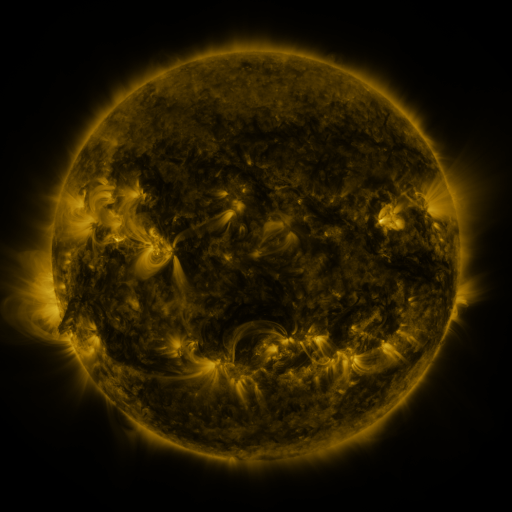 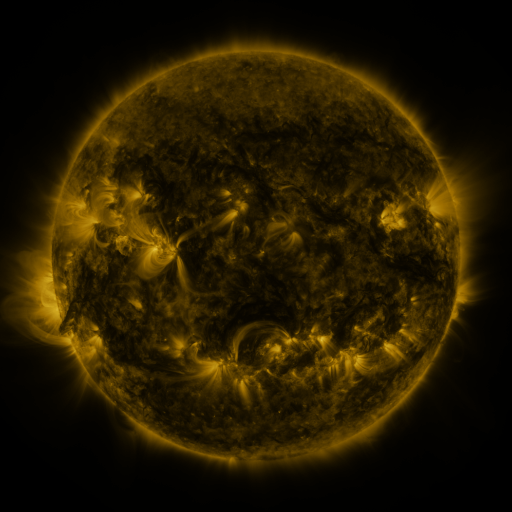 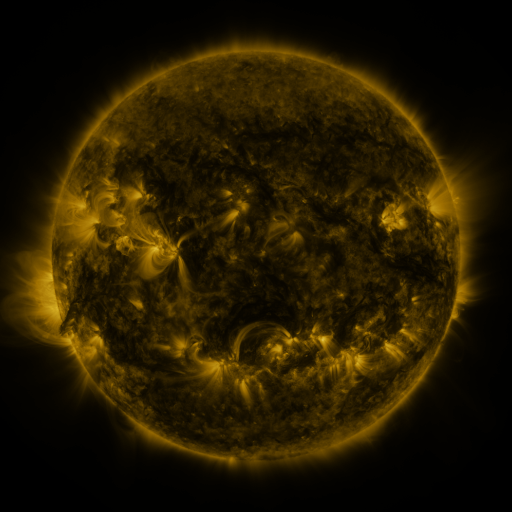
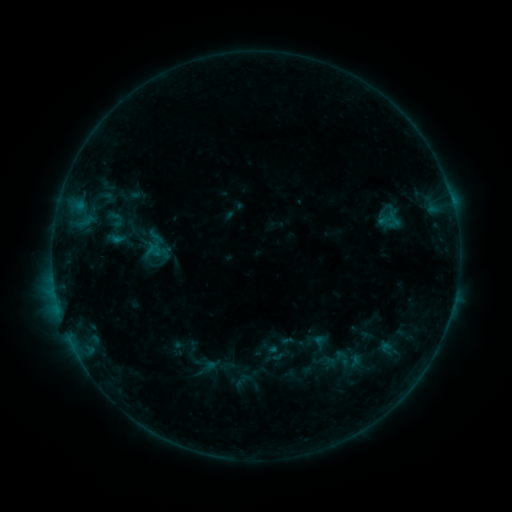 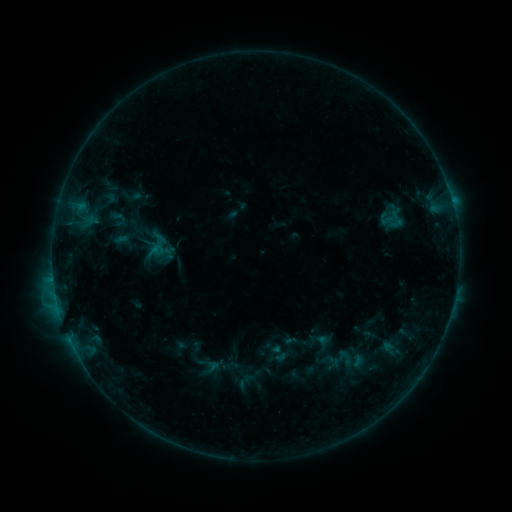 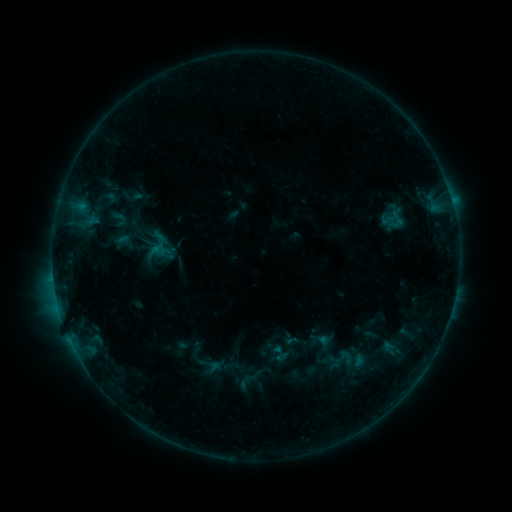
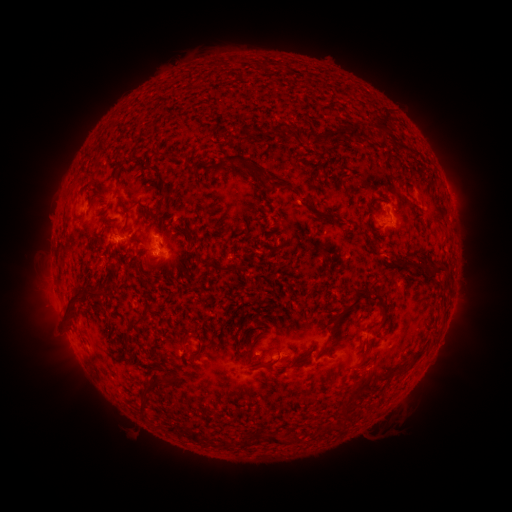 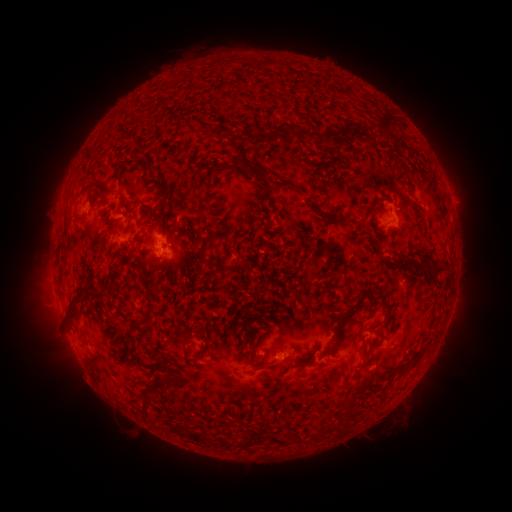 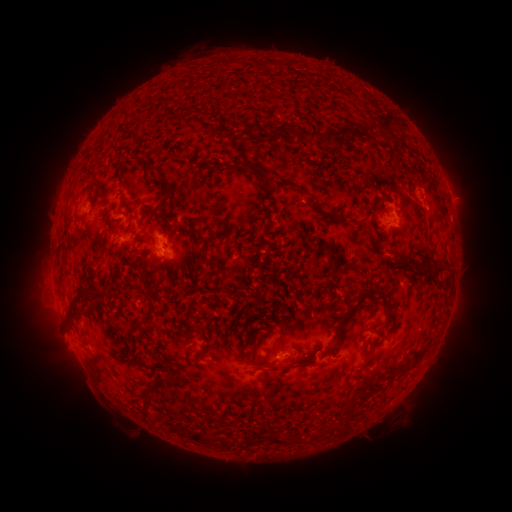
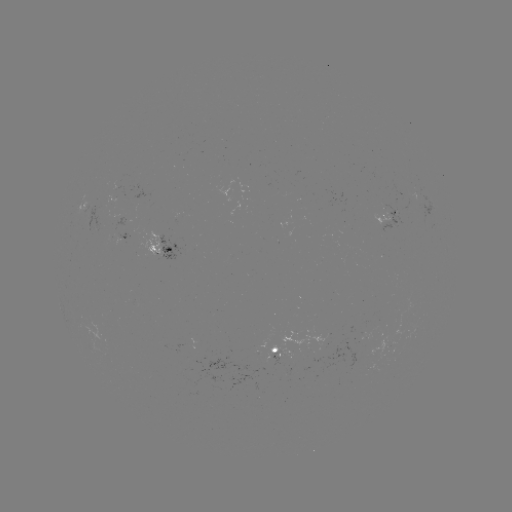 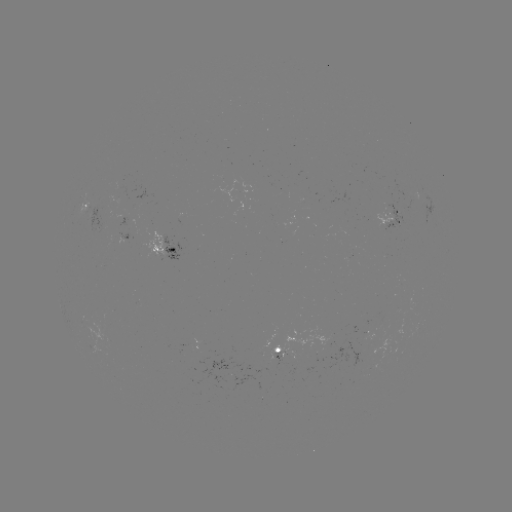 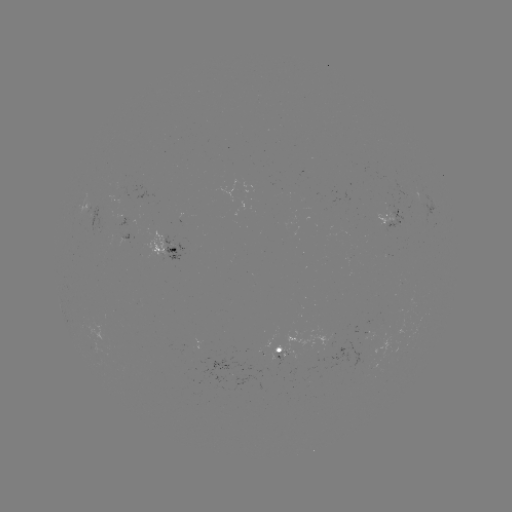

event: emerging-flux region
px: (387, 346)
